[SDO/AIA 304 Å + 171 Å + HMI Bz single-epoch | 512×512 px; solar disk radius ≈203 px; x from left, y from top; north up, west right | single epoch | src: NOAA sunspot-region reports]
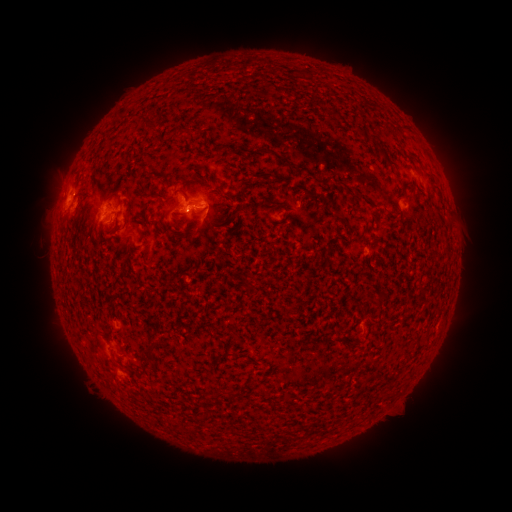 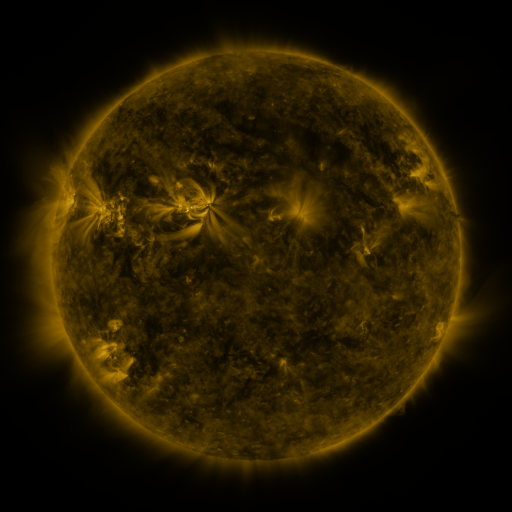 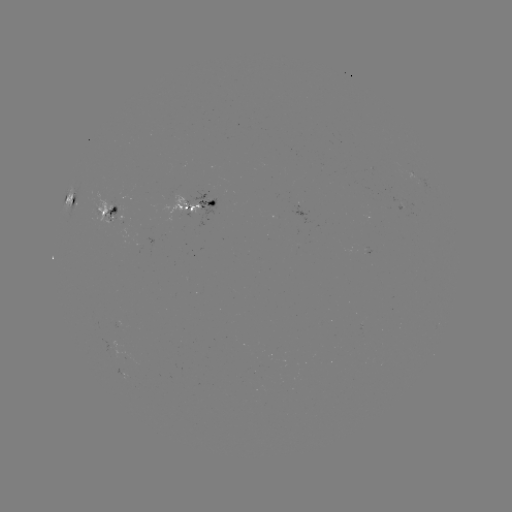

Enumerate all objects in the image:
spotted active region: (70, 198)
spotted active region: (199, 207)
spotted active region: (403, 212)
spotted active region: (107, 215)
spotted active region: (122, 371)
